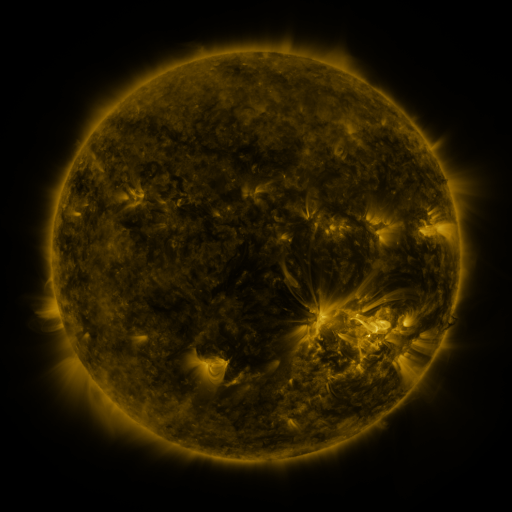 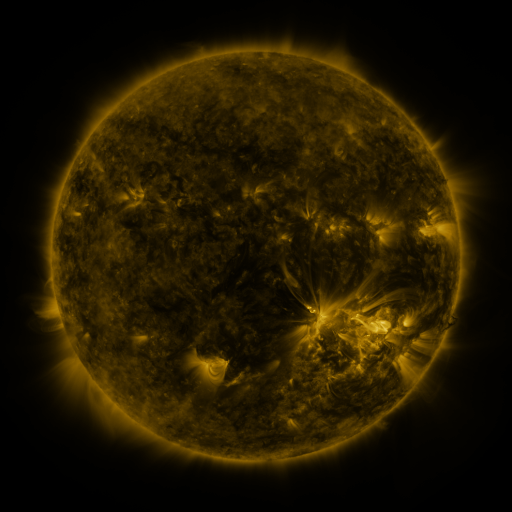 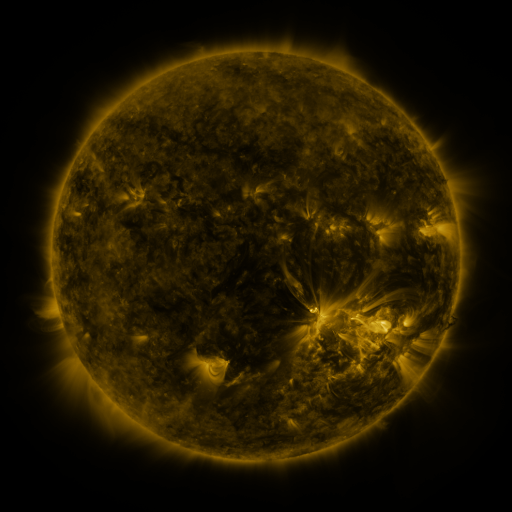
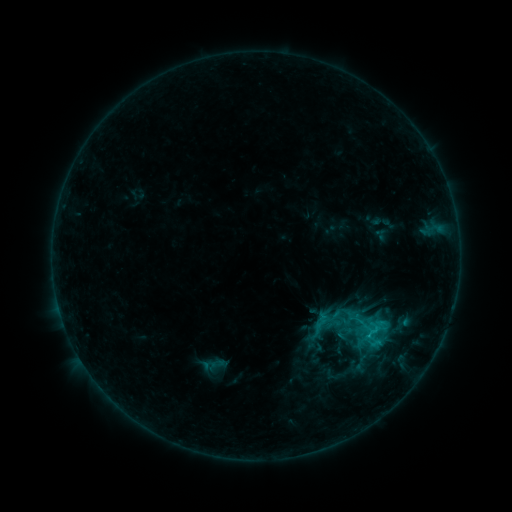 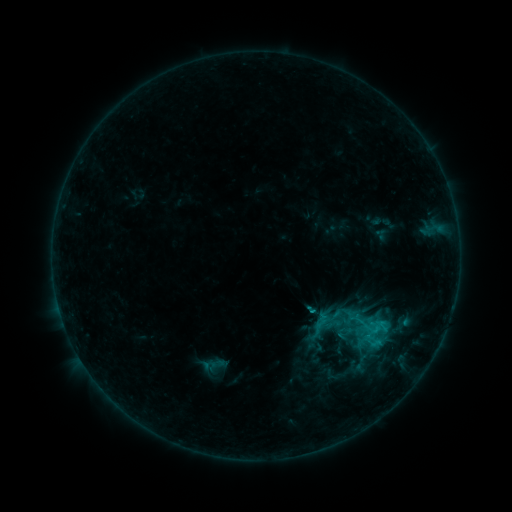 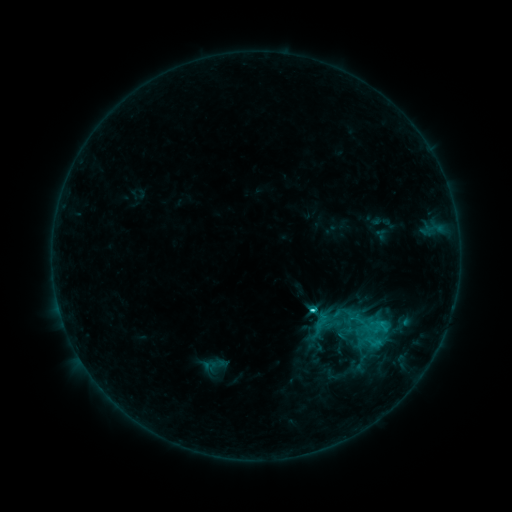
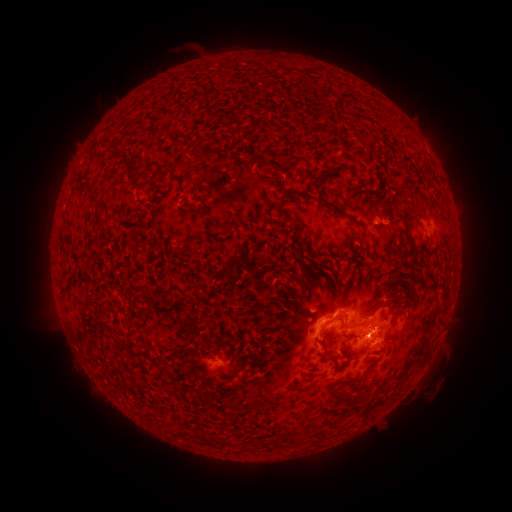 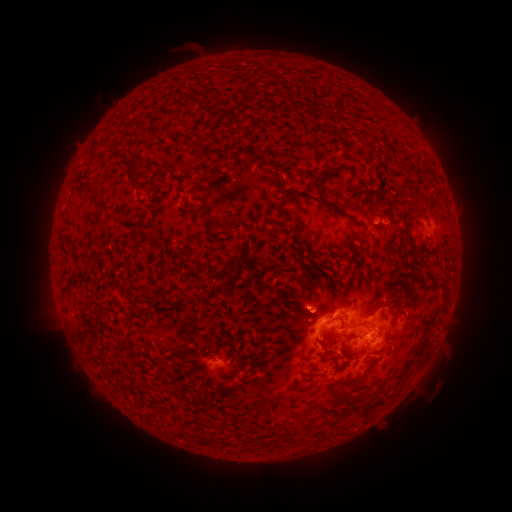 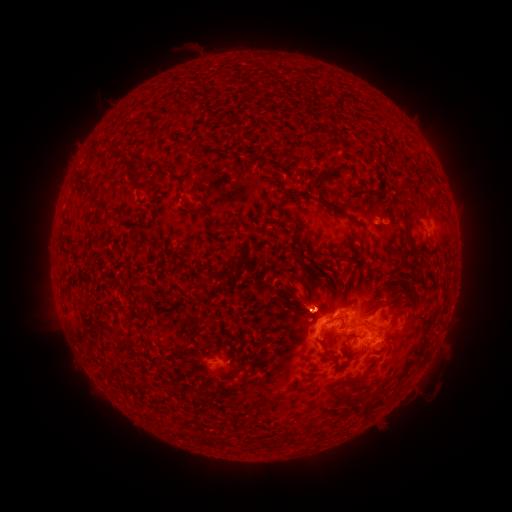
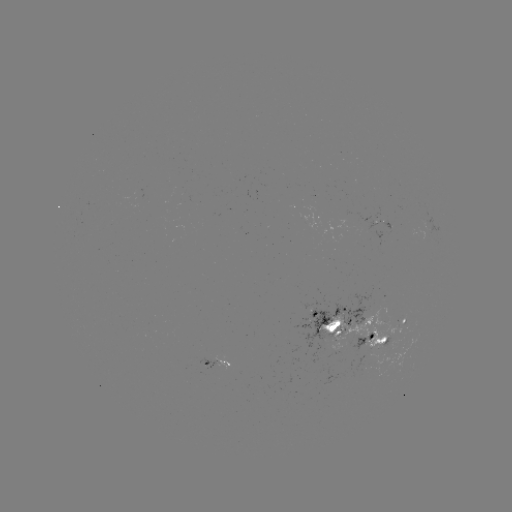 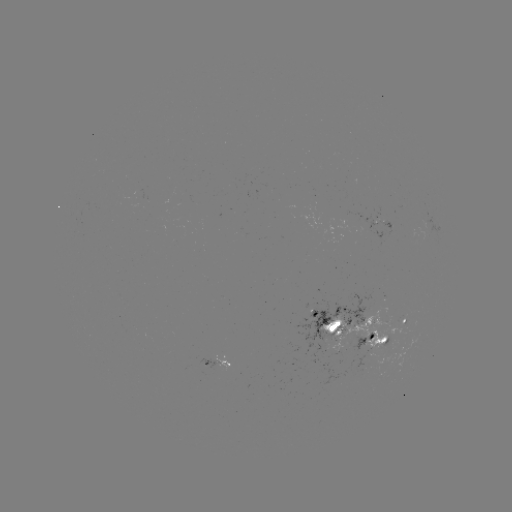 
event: eruption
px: (306, 241)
